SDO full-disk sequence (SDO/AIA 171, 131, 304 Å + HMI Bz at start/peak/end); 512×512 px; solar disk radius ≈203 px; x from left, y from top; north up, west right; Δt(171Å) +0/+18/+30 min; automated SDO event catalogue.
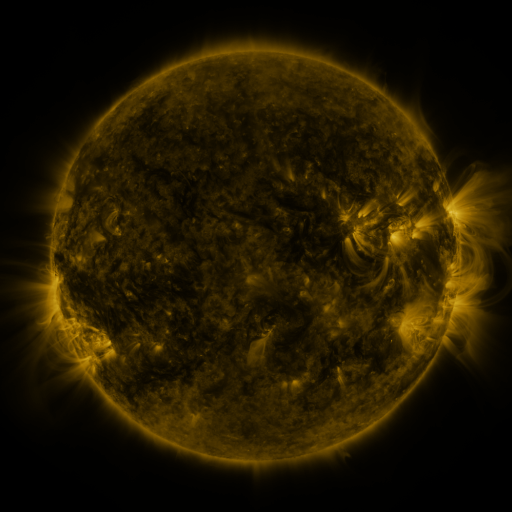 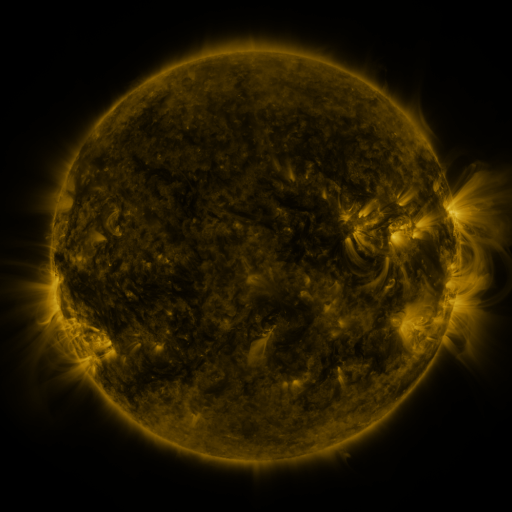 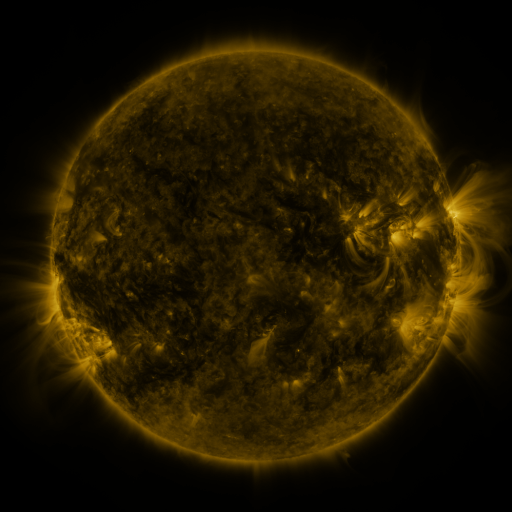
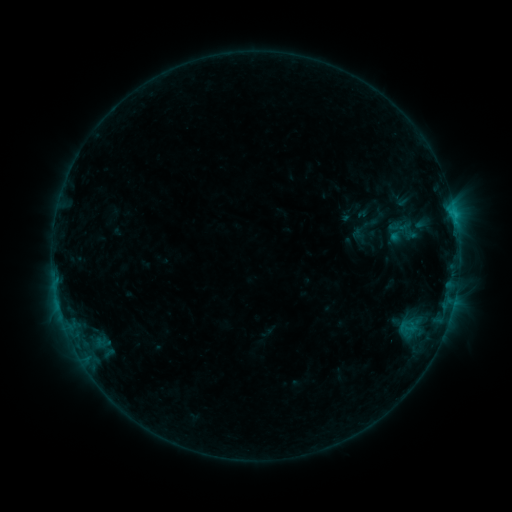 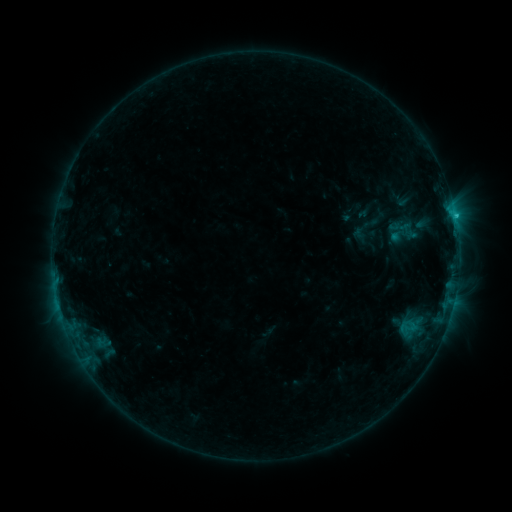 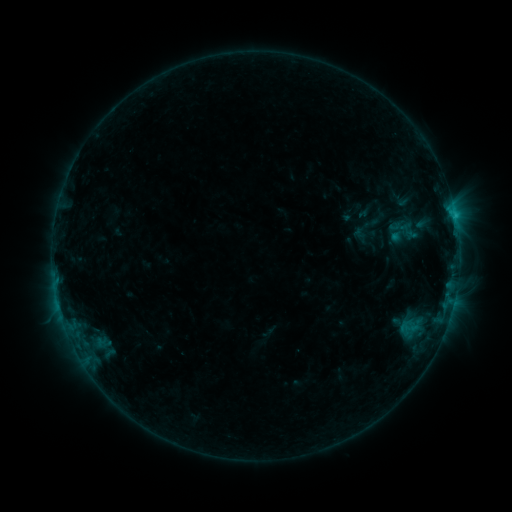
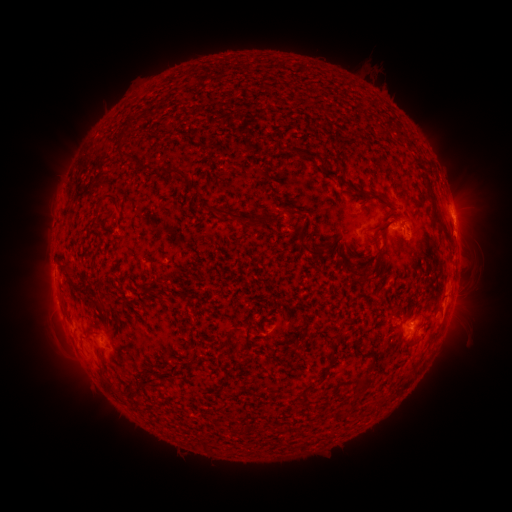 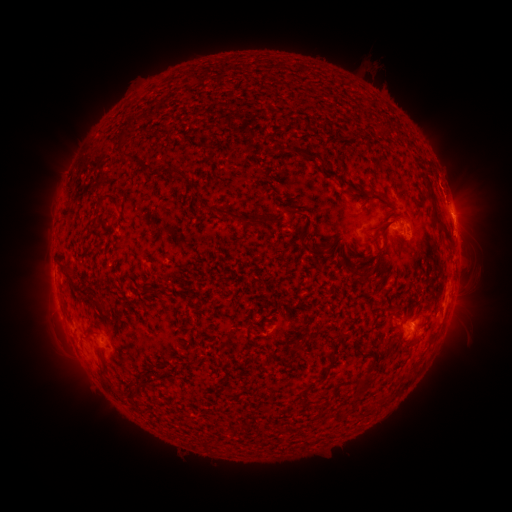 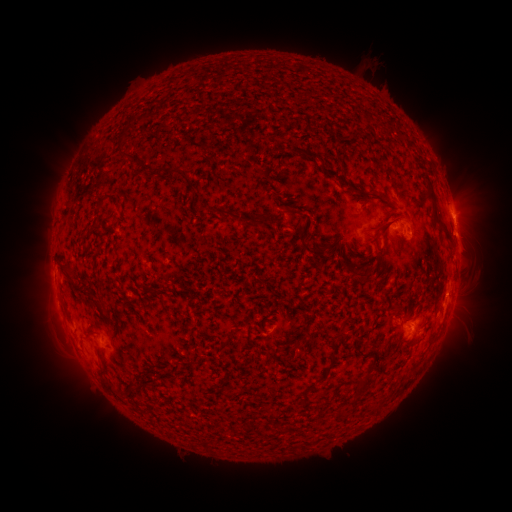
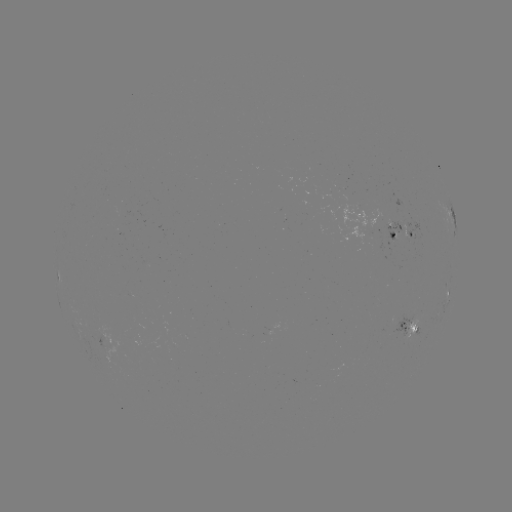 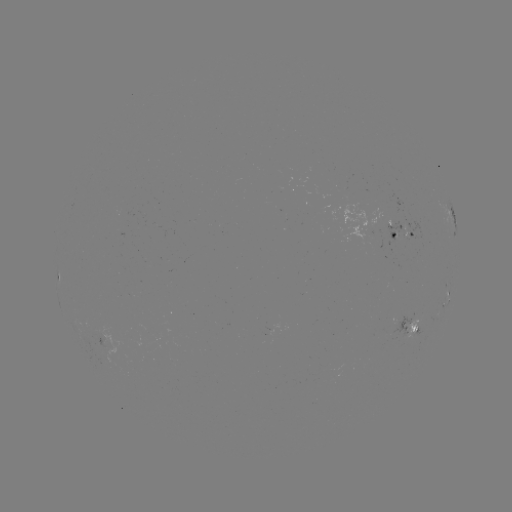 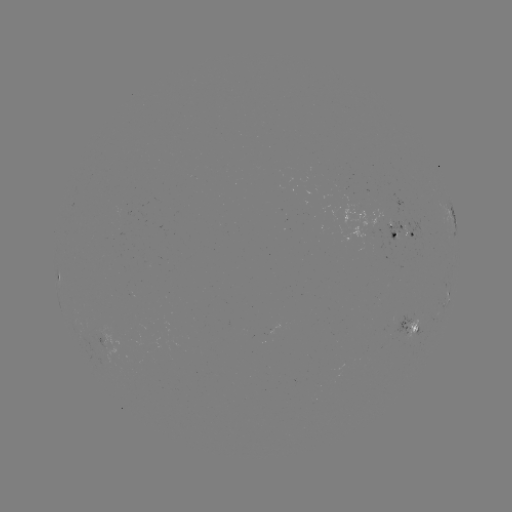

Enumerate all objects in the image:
B7.7 flare: (455, 218)
